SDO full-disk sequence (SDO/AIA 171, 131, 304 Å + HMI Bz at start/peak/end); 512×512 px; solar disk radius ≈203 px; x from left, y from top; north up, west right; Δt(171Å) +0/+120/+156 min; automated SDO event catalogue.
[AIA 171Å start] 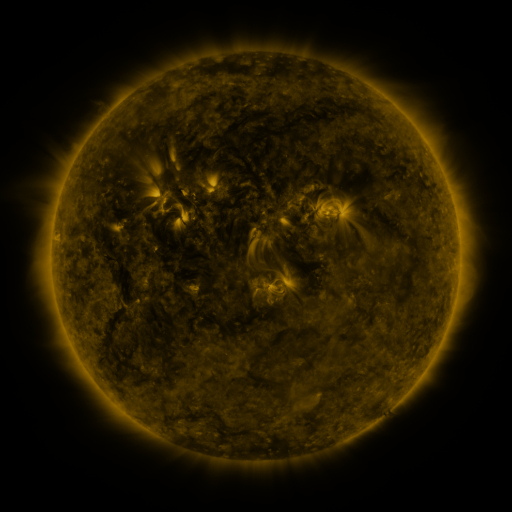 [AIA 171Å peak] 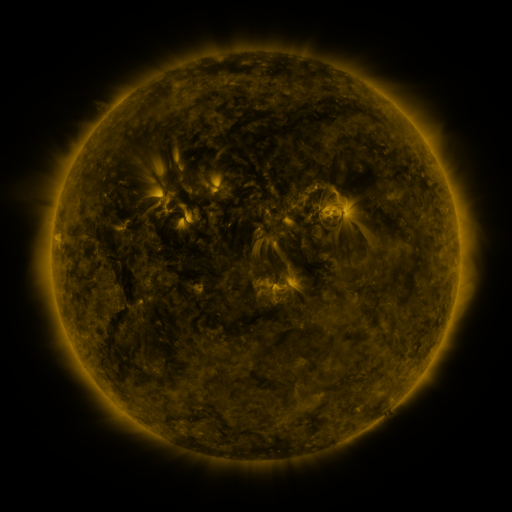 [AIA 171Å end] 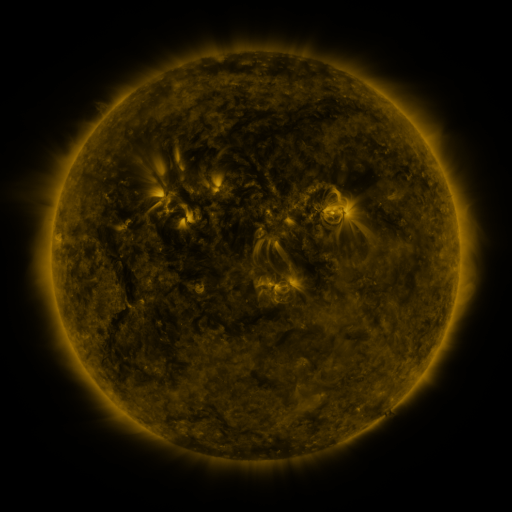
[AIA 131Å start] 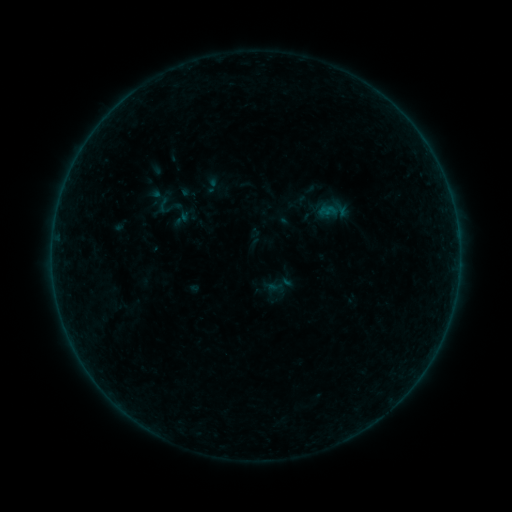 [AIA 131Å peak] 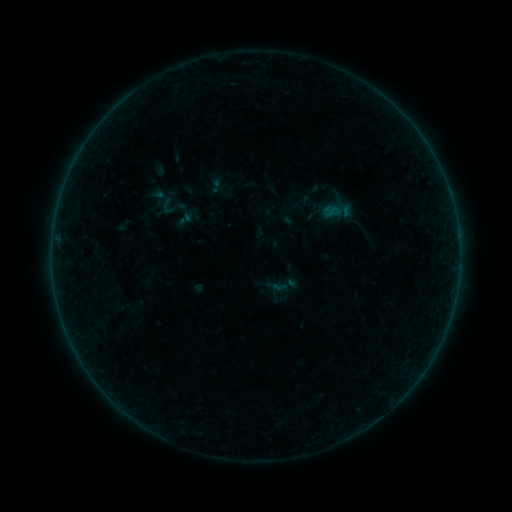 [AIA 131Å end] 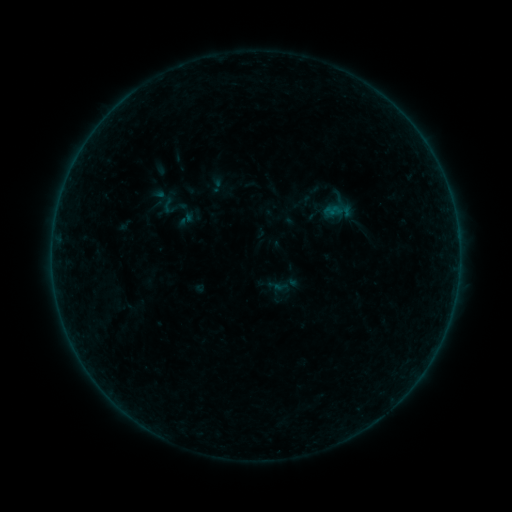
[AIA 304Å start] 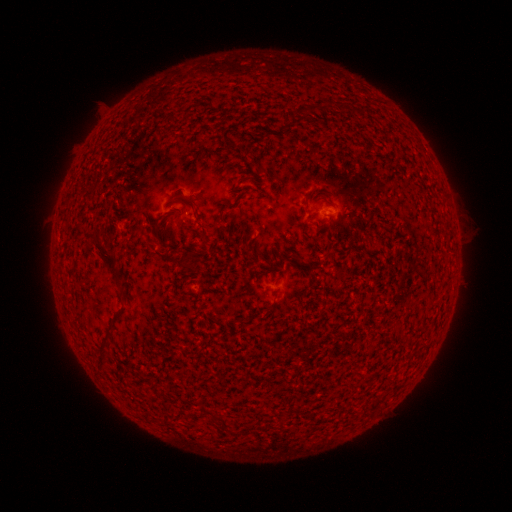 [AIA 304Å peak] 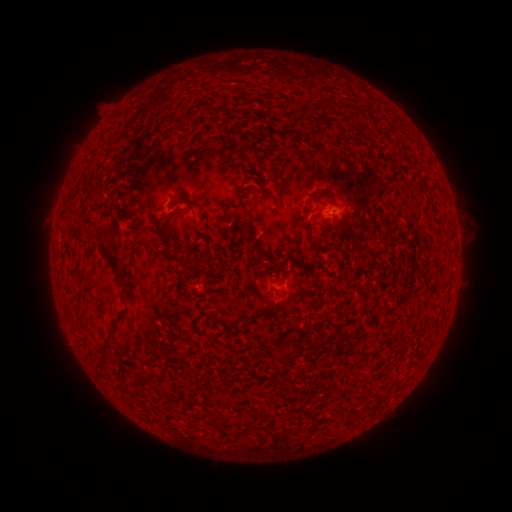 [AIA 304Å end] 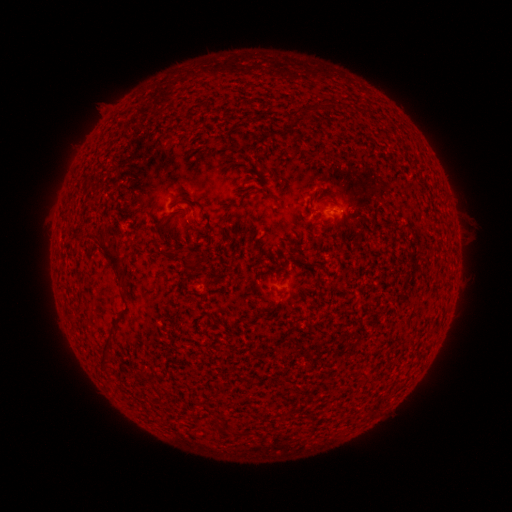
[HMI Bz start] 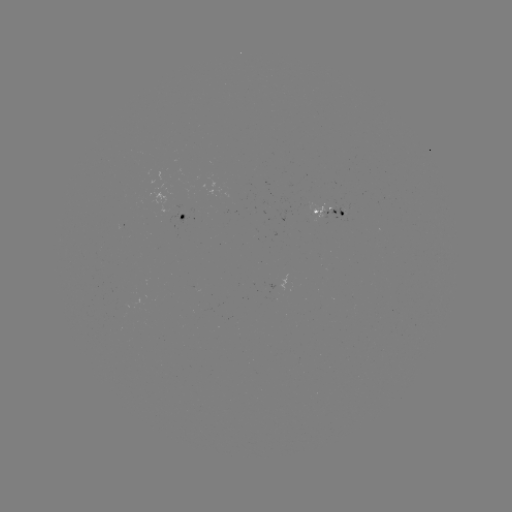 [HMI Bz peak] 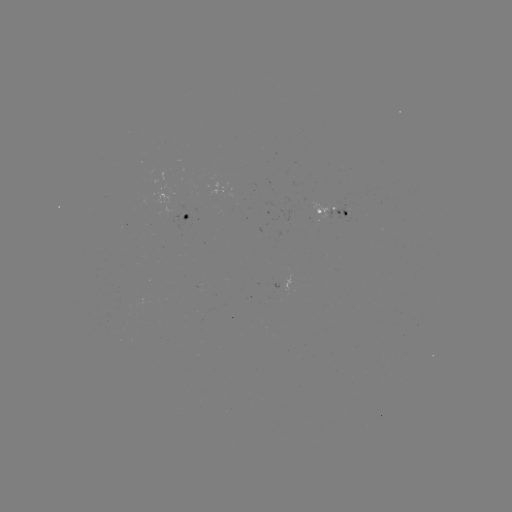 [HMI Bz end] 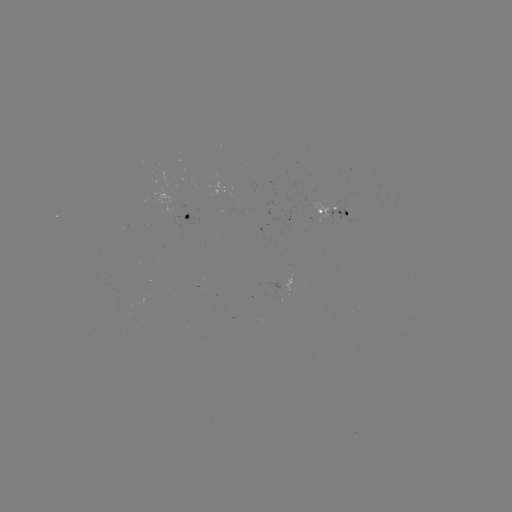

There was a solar emerging-flux region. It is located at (317, 212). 